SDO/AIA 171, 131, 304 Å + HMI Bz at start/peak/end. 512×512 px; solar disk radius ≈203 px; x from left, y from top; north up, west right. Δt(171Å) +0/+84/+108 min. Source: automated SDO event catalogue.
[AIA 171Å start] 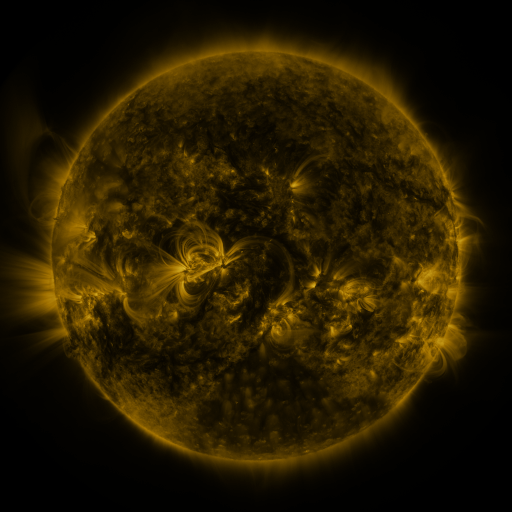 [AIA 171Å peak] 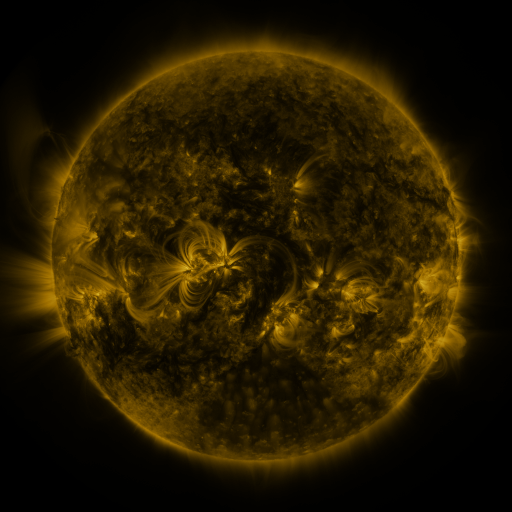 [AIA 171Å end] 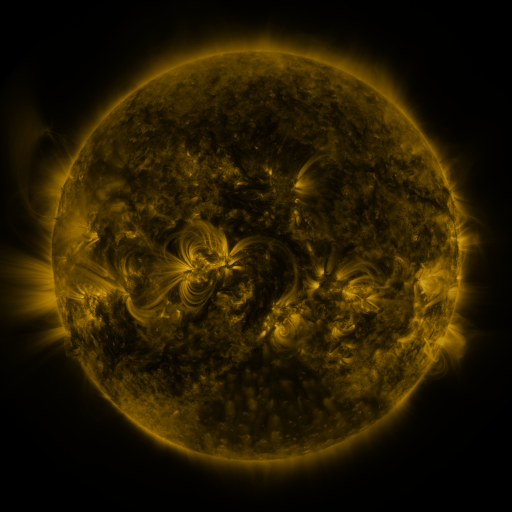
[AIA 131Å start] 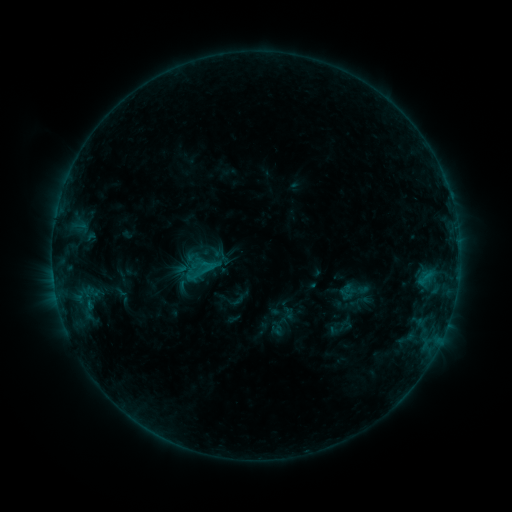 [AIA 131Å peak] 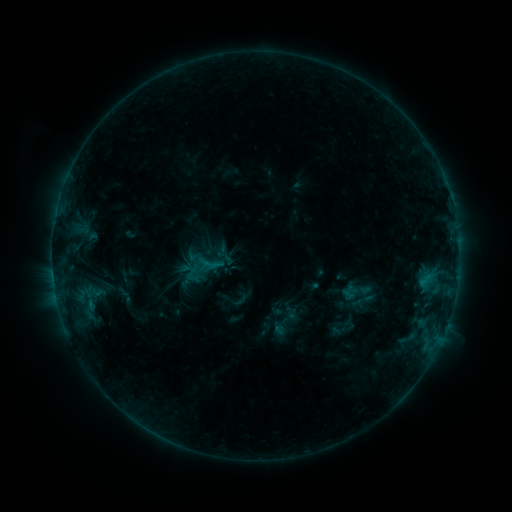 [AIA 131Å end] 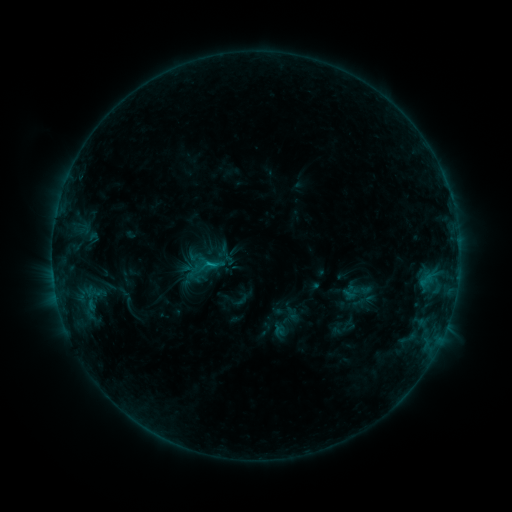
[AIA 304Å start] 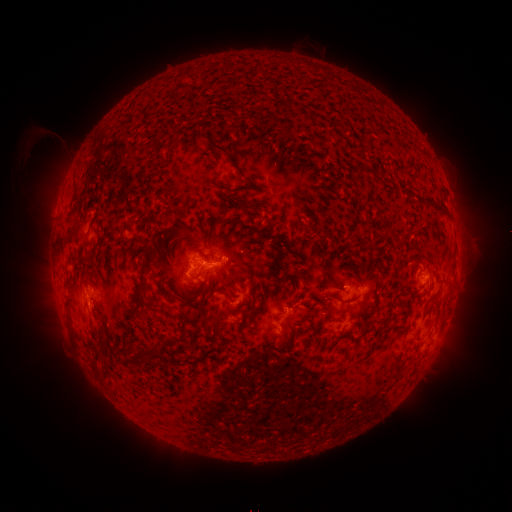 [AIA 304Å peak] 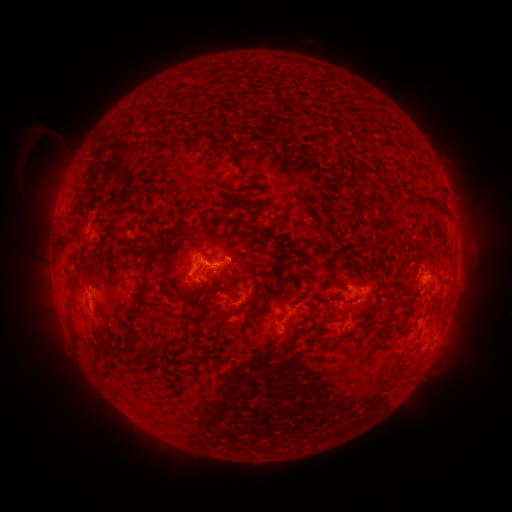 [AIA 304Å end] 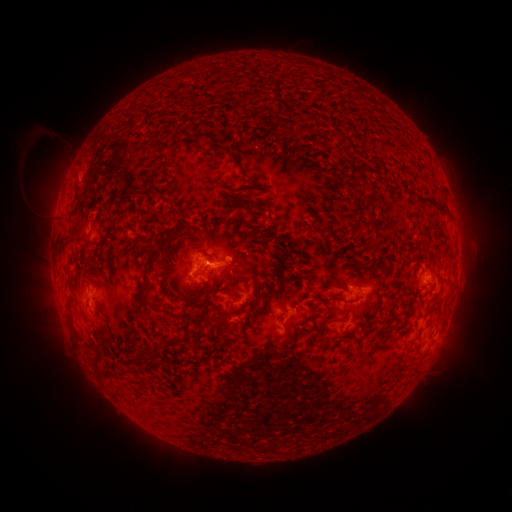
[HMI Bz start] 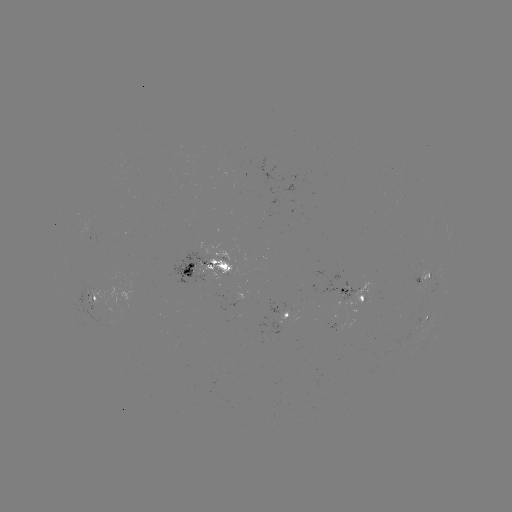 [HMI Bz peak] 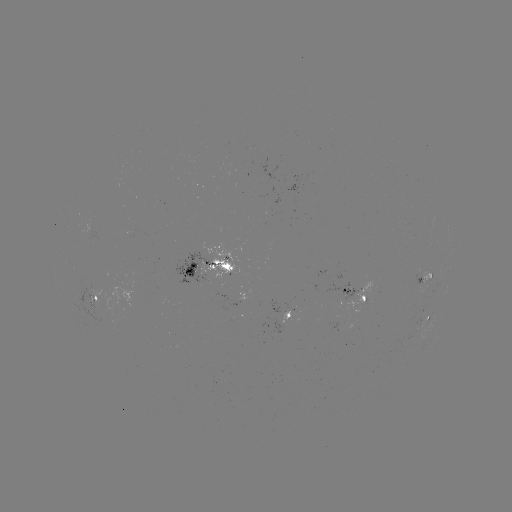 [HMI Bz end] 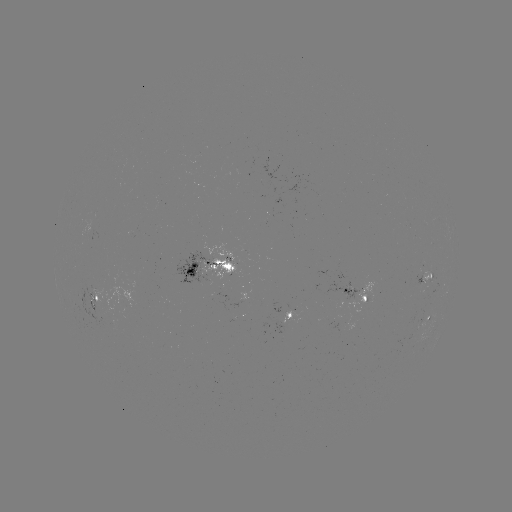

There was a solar emerging-flux region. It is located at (423, 284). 